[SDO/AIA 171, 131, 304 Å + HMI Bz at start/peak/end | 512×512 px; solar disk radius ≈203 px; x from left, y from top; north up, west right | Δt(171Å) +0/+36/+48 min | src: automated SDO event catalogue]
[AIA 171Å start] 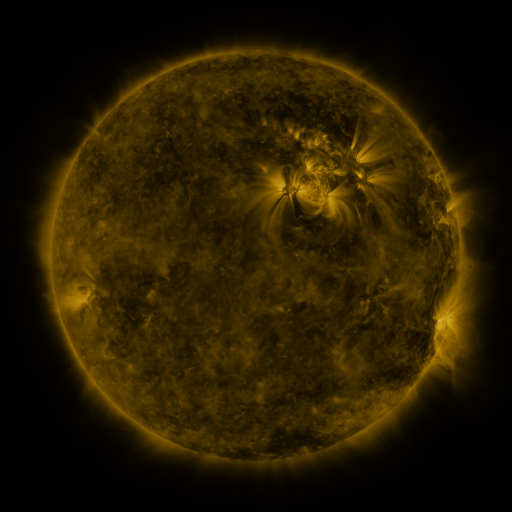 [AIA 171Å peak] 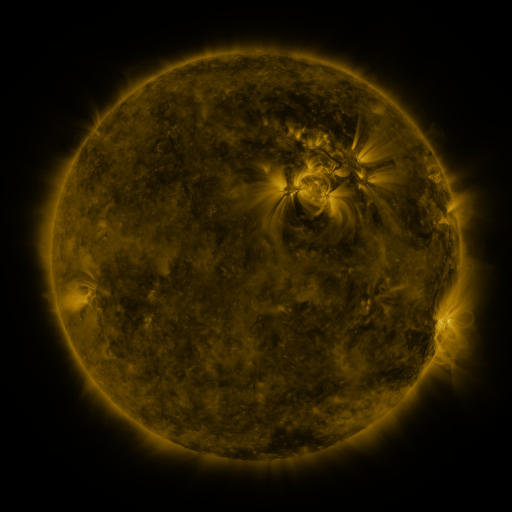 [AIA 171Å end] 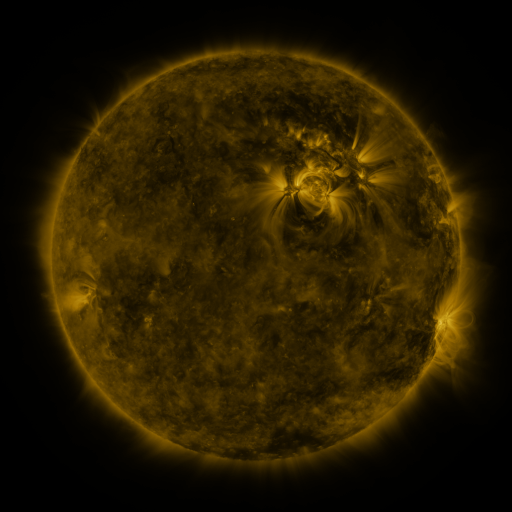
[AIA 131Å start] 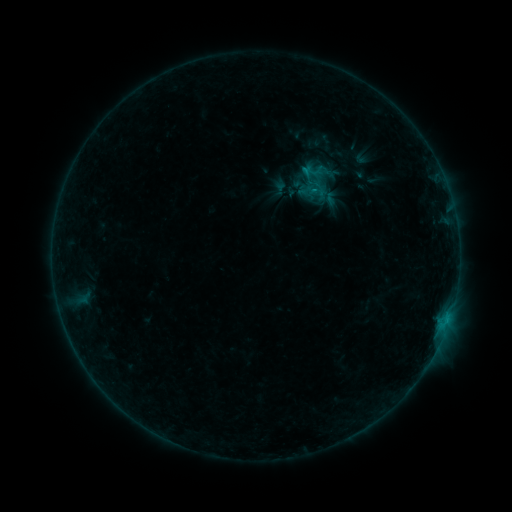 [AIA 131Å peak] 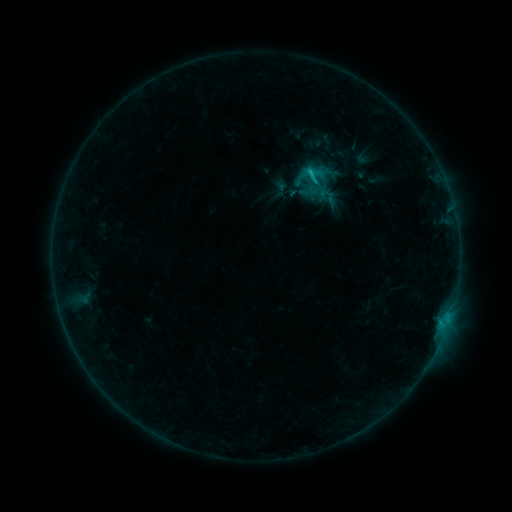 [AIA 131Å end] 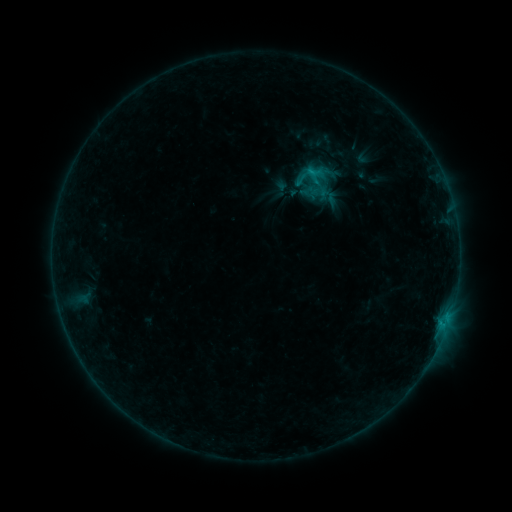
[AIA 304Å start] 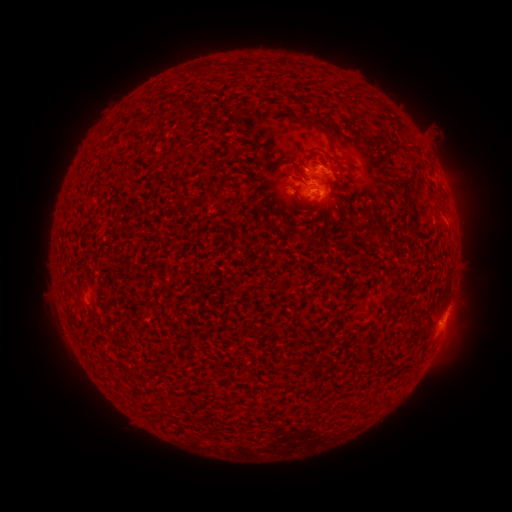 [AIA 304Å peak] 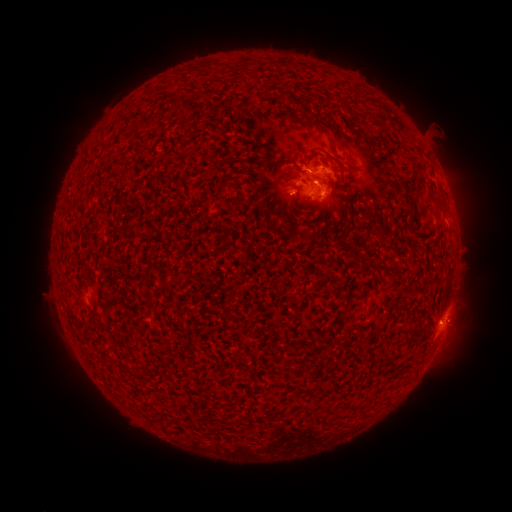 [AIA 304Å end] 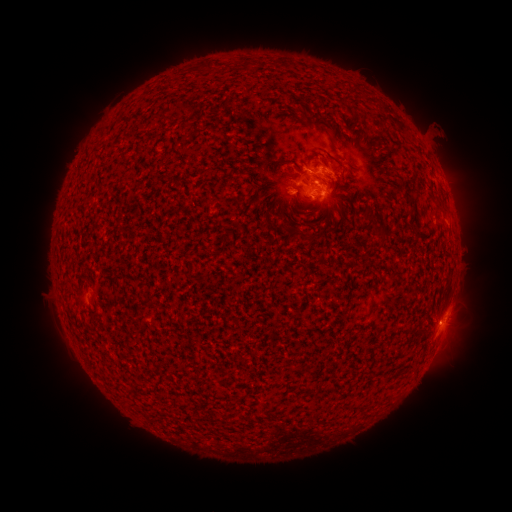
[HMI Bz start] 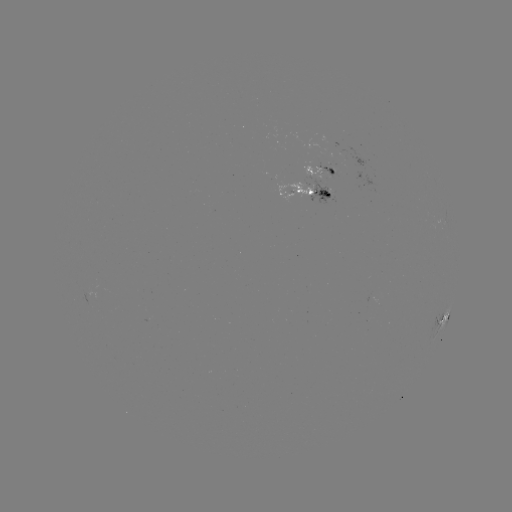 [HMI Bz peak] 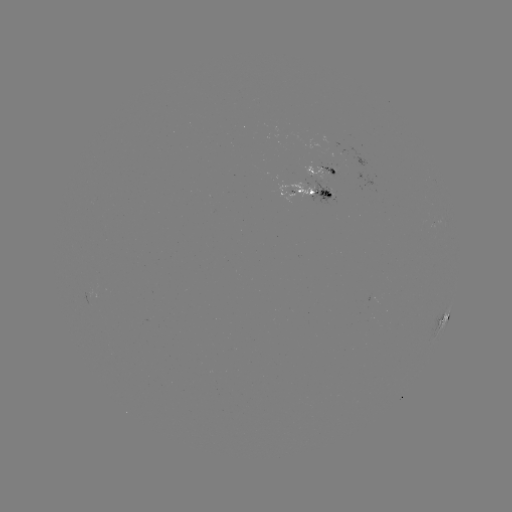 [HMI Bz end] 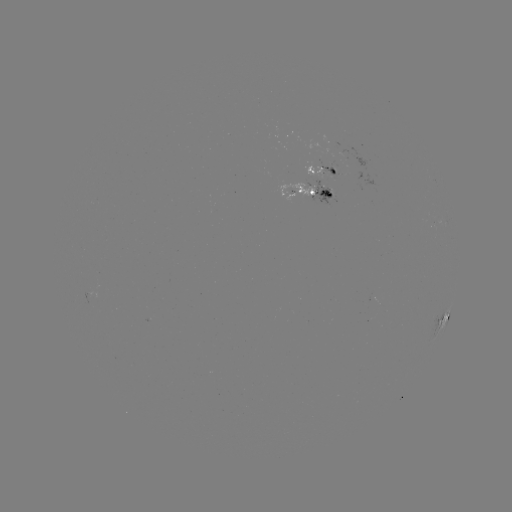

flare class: C1.4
